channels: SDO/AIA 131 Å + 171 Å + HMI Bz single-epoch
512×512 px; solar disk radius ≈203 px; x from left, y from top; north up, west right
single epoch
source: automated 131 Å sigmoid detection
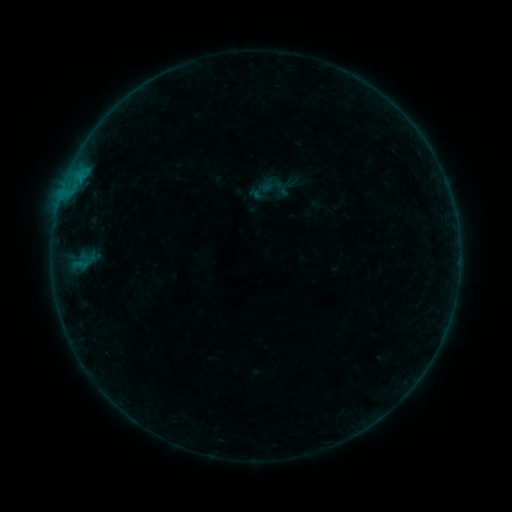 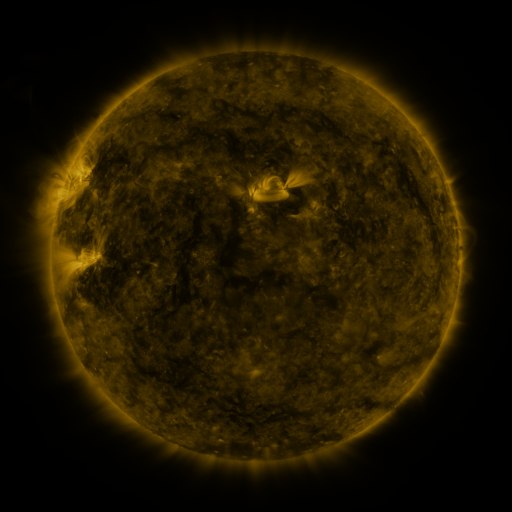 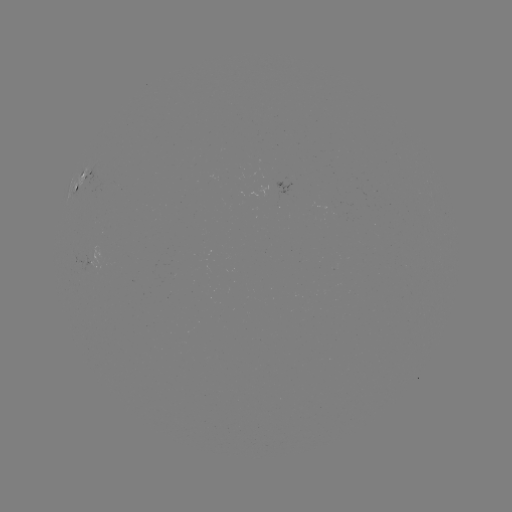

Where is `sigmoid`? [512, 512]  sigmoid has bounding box [259, 171, 288, 200].